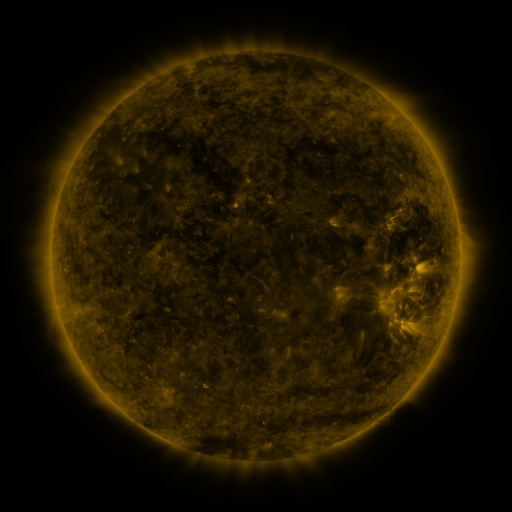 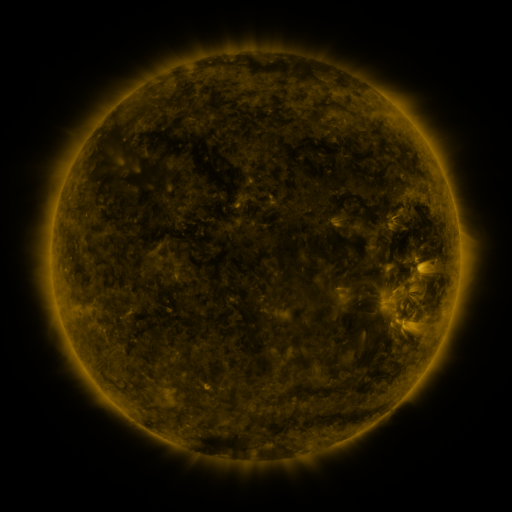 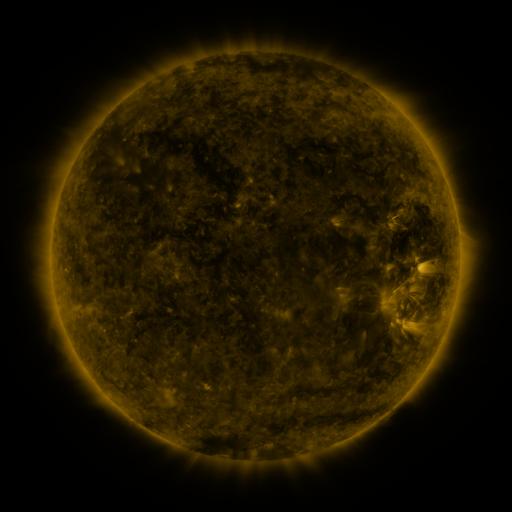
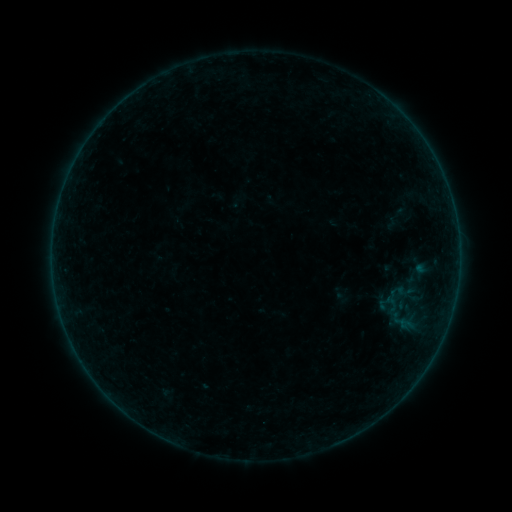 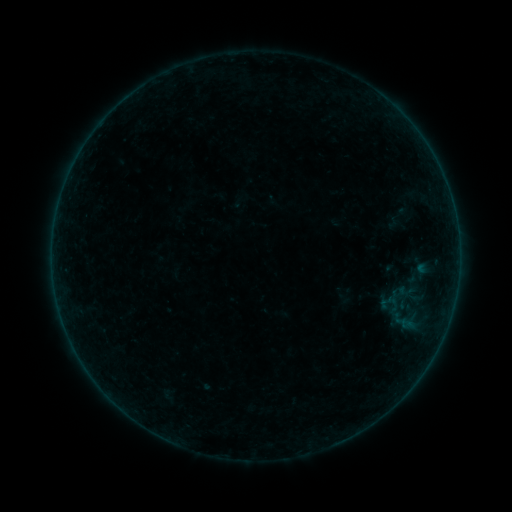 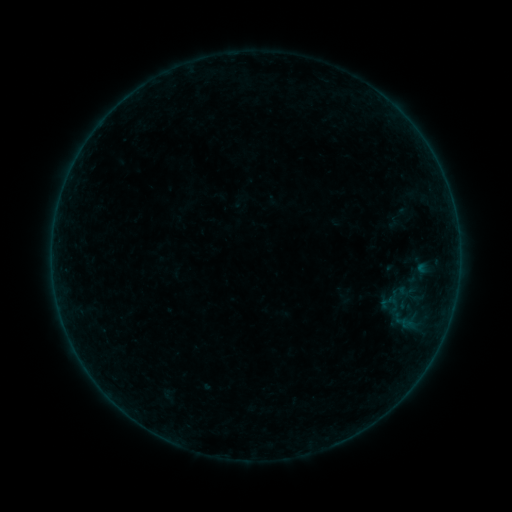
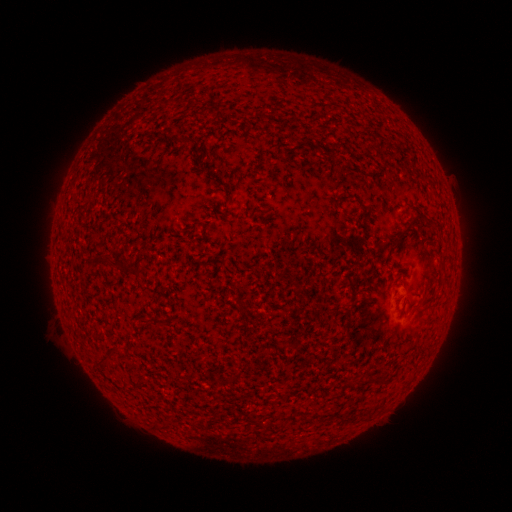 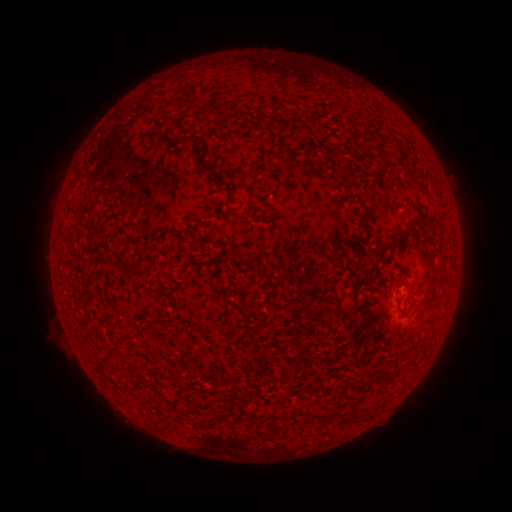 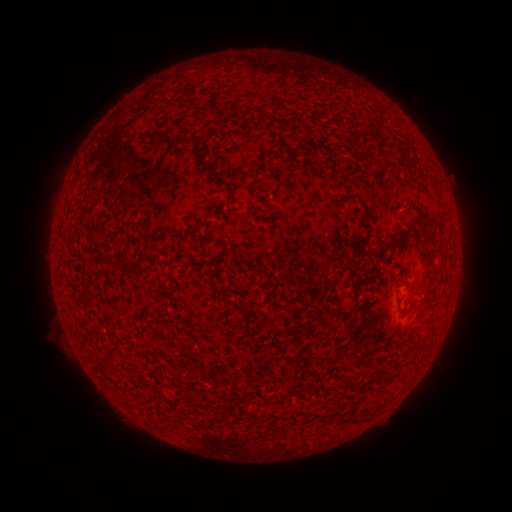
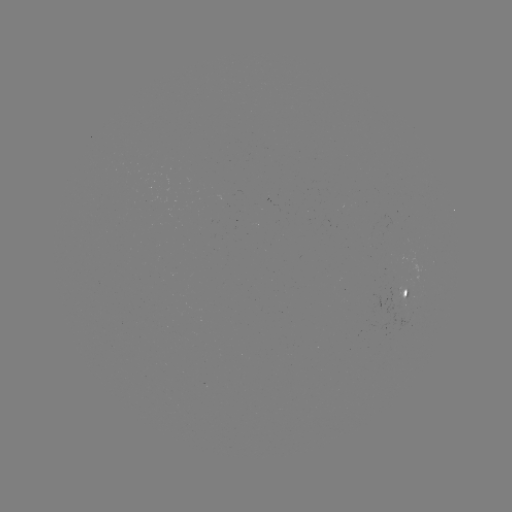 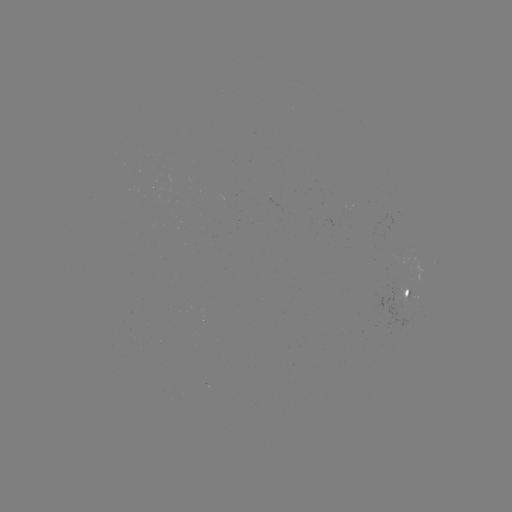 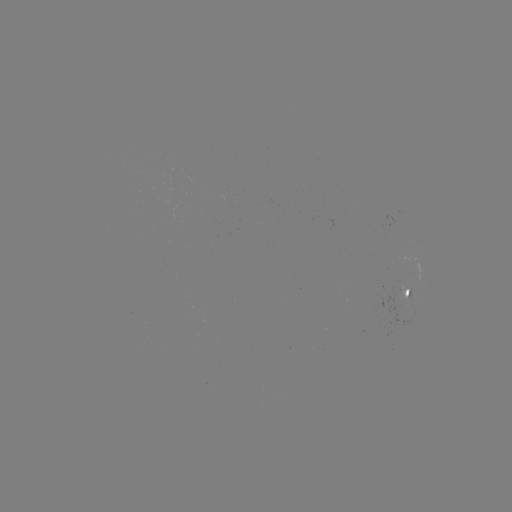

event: emerging-flux region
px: (400, 300)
